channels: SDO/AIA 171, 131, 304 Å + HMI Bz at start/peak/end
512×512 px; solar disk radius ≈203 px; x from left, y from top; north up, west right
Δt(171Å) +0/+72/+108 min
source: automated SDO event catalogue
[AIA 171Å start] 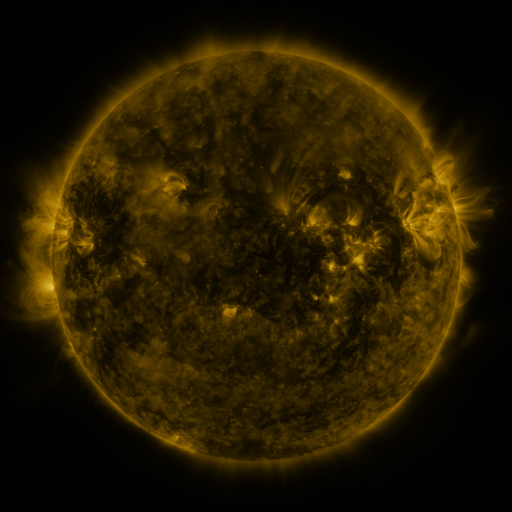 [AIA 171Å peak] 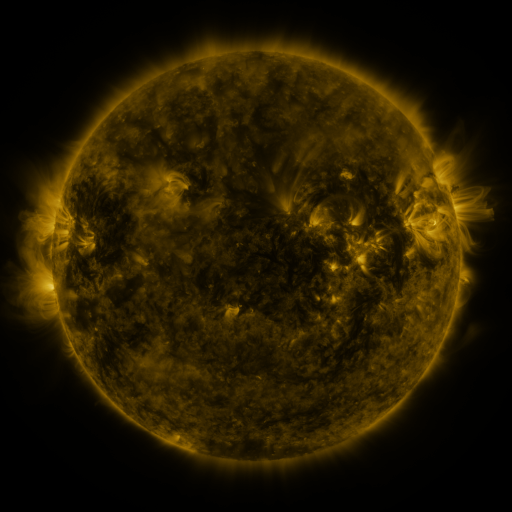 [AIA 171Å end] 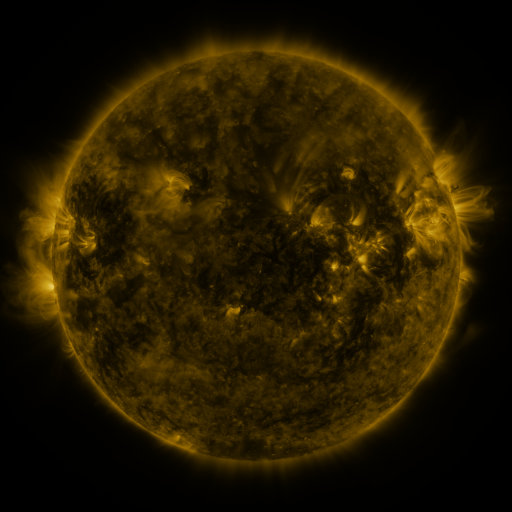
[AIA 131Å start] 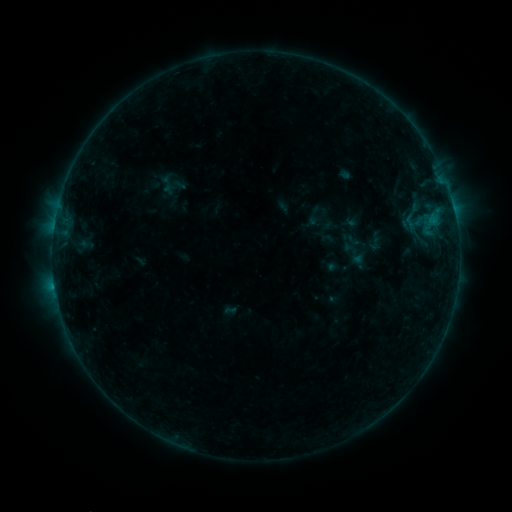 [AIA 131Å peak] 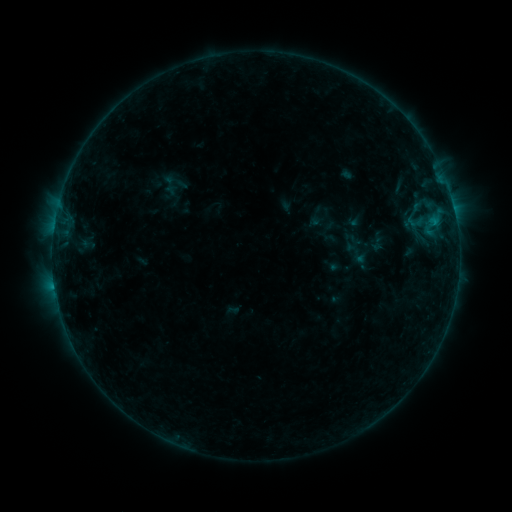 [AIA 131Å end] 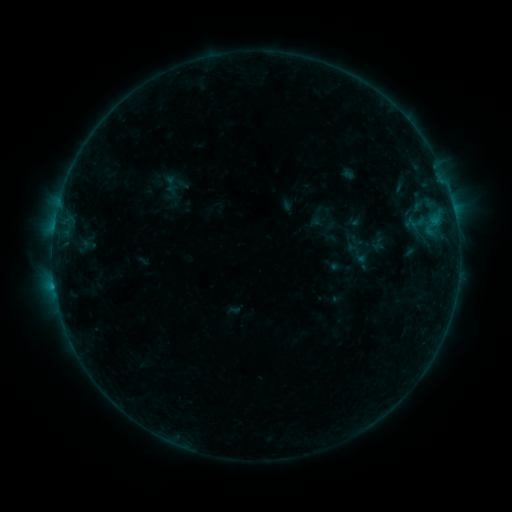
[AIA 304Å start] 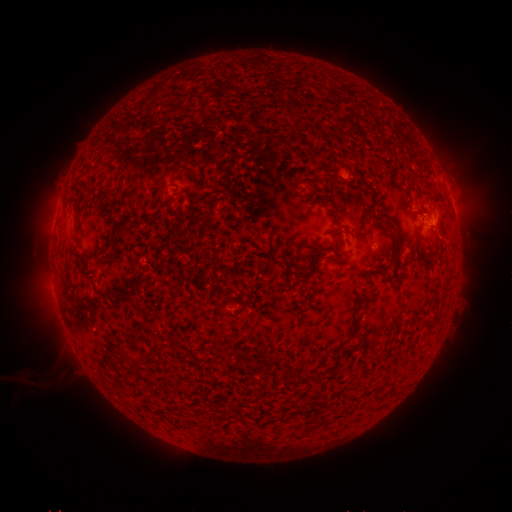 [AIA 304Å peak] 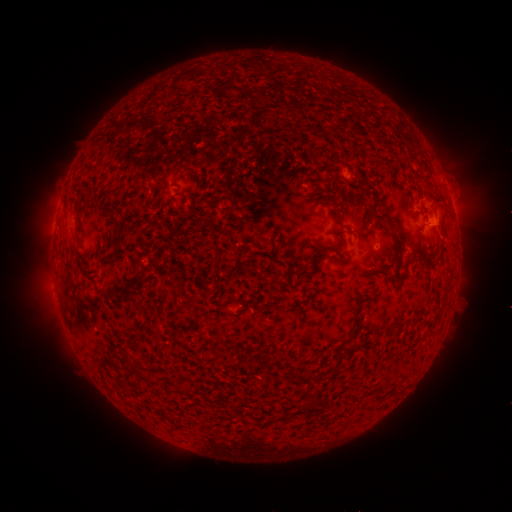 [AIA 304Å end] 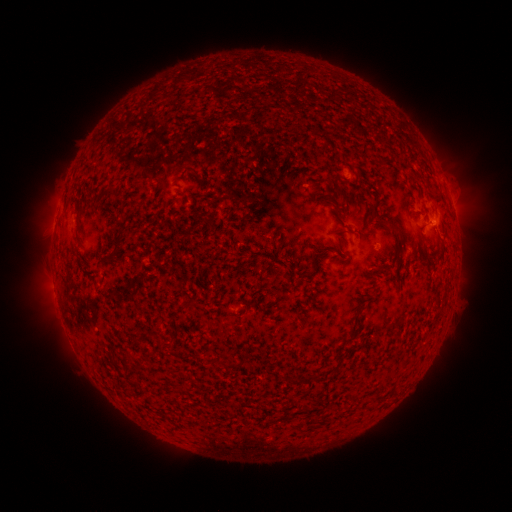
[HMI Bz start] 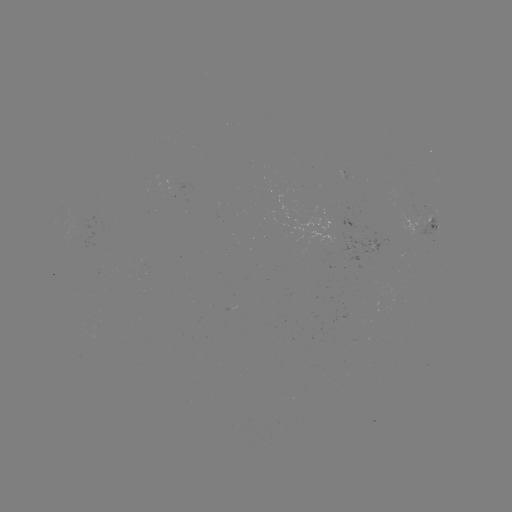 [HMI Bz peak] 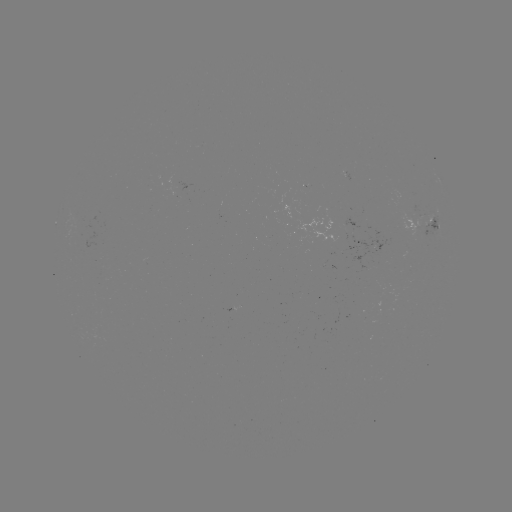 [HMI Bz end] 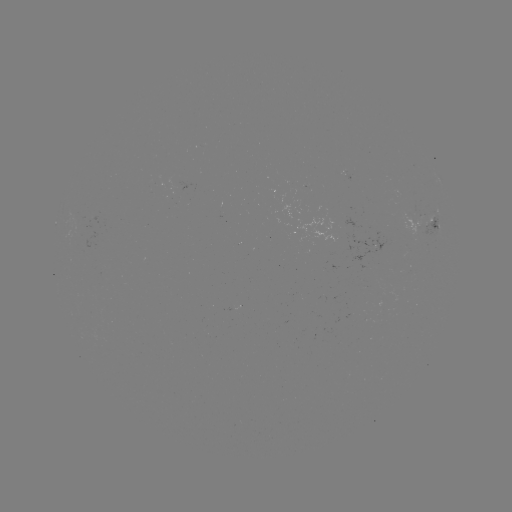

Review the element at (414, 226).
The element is emerging-flux region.